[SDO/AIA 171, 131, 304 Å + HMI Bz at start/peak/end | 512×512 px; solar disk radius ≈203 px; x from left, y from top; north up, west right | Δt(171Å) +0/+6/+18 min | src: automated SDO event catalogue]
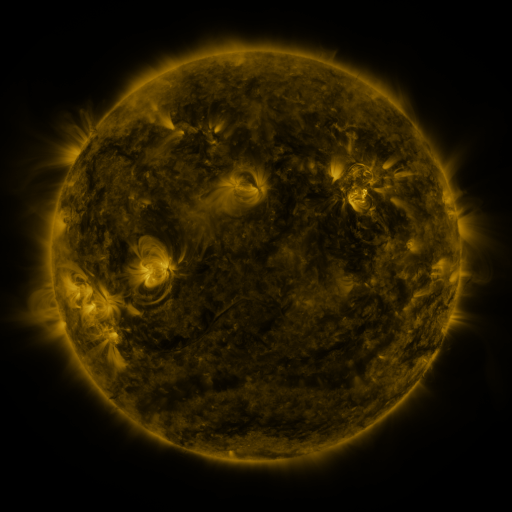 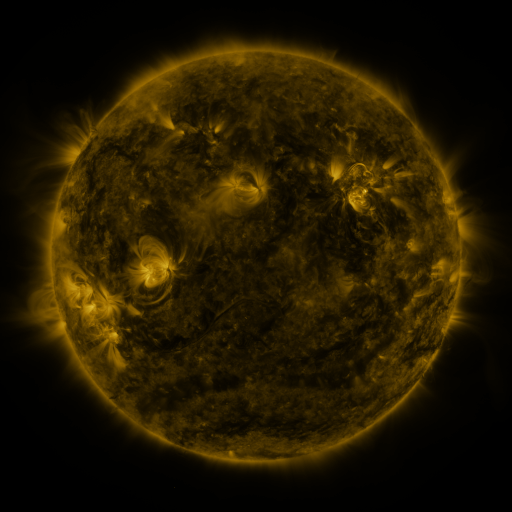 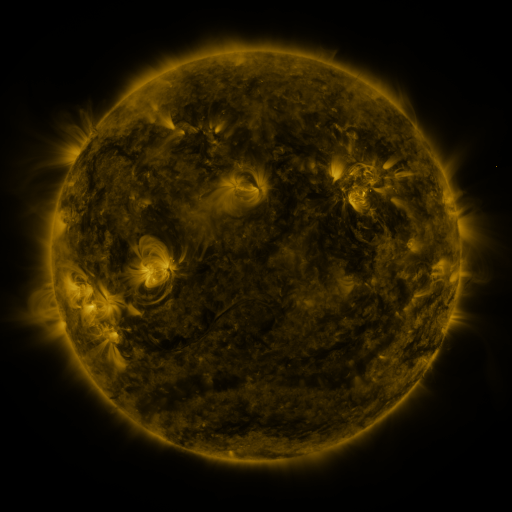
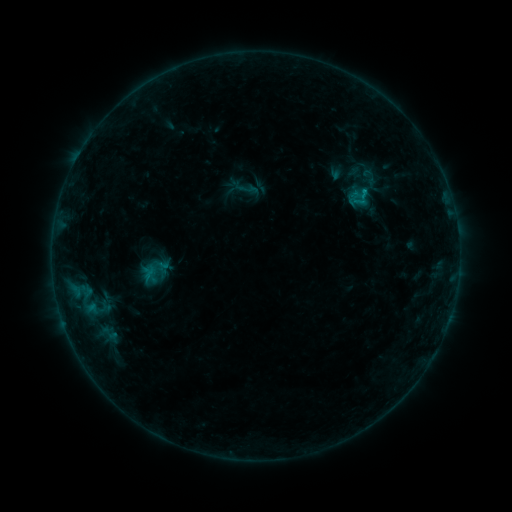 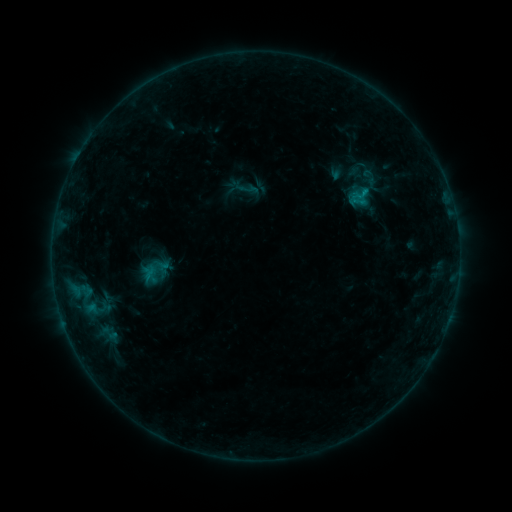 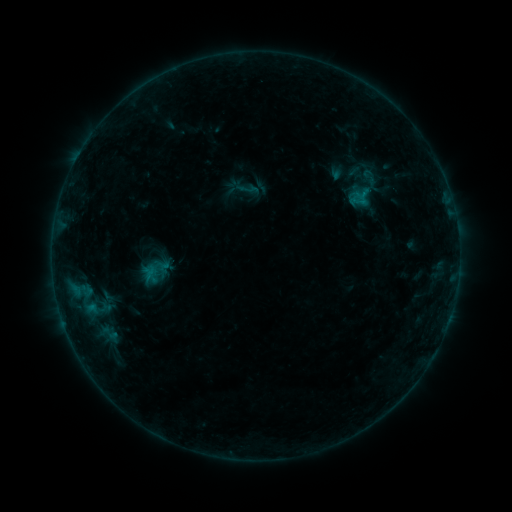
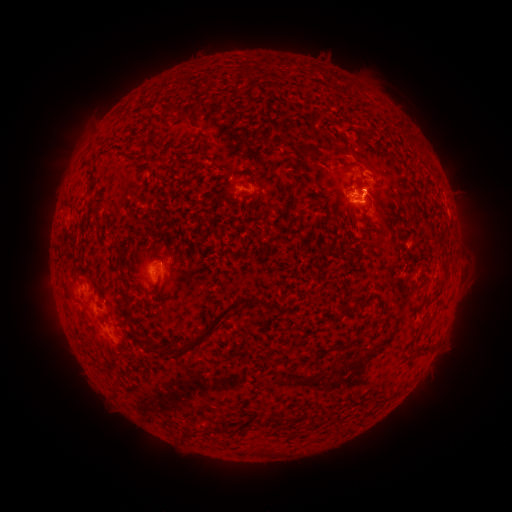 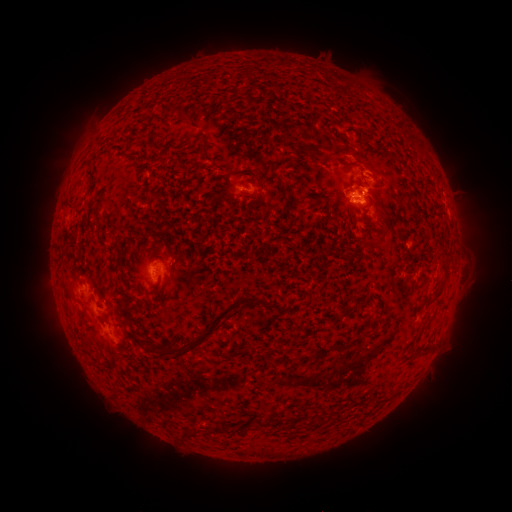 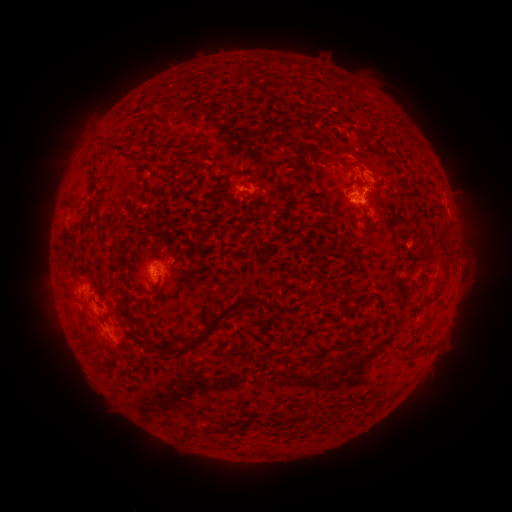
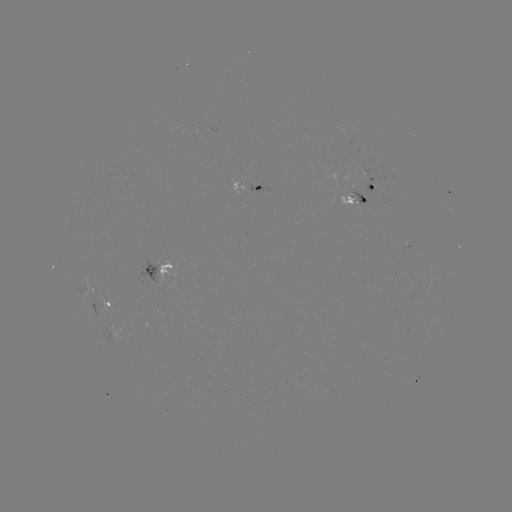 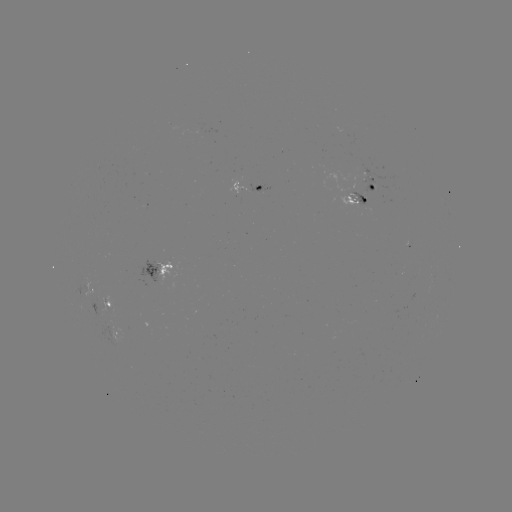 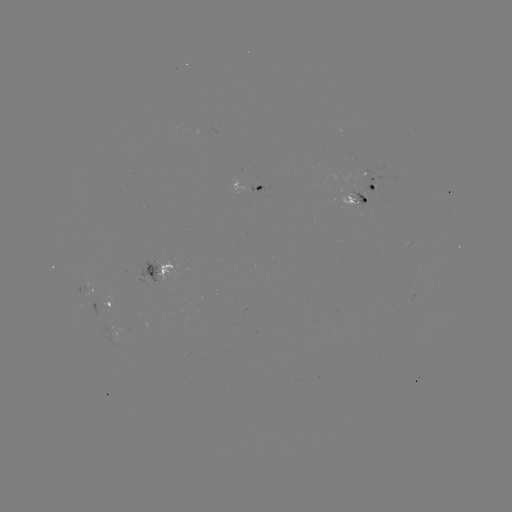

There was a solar flare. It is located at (364, 193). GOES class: B5.4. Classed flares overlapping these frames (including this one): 1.